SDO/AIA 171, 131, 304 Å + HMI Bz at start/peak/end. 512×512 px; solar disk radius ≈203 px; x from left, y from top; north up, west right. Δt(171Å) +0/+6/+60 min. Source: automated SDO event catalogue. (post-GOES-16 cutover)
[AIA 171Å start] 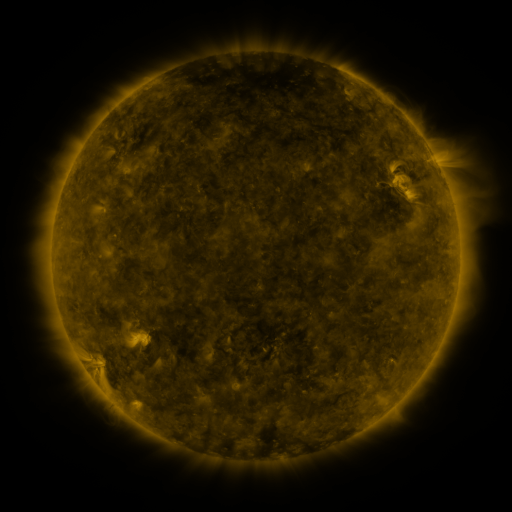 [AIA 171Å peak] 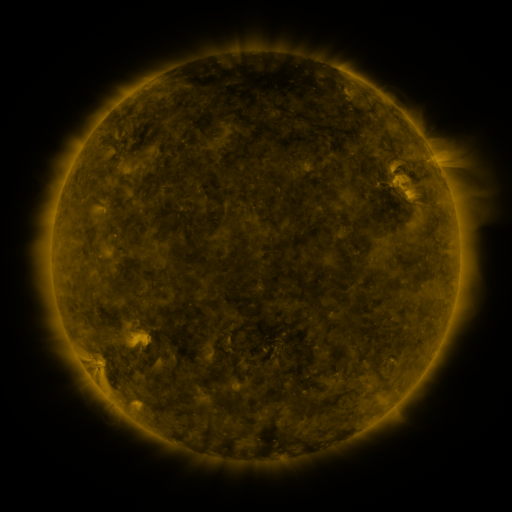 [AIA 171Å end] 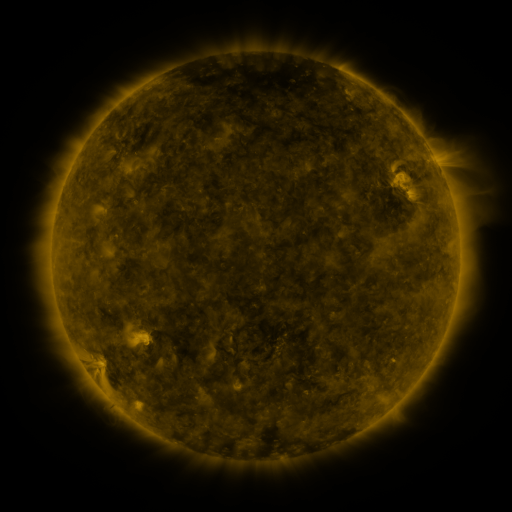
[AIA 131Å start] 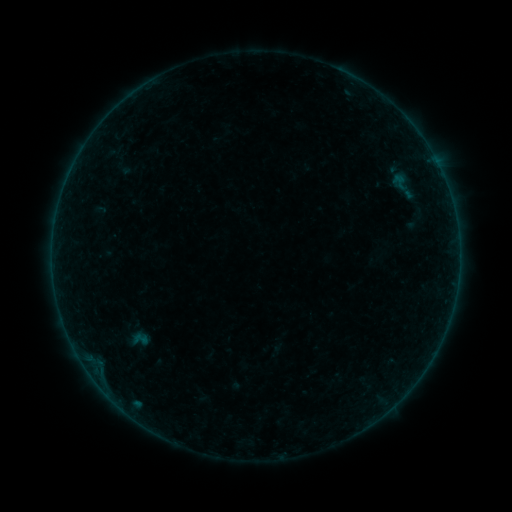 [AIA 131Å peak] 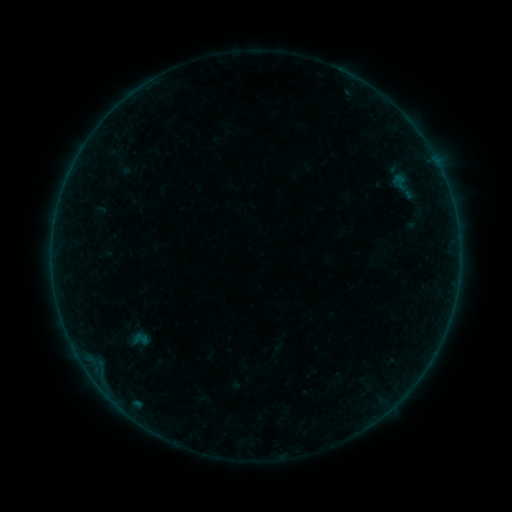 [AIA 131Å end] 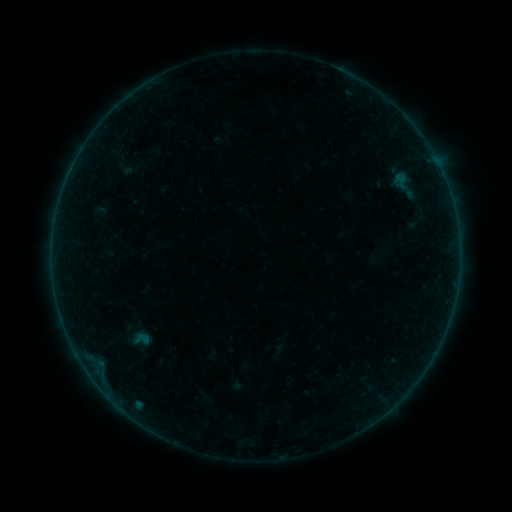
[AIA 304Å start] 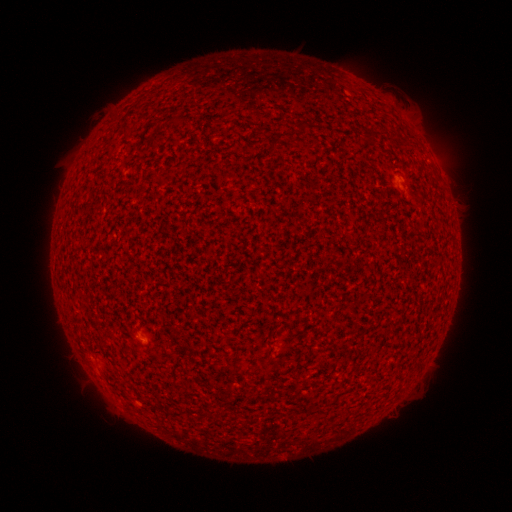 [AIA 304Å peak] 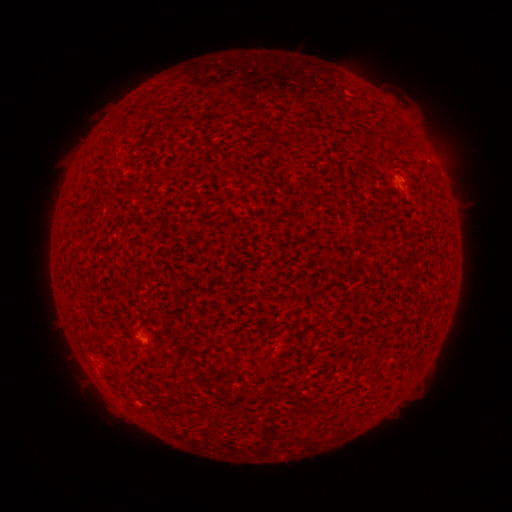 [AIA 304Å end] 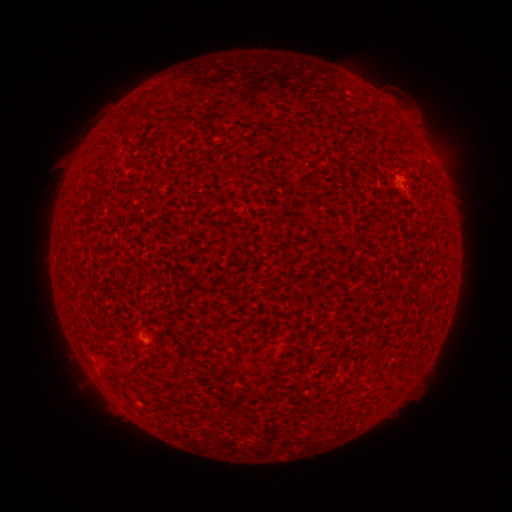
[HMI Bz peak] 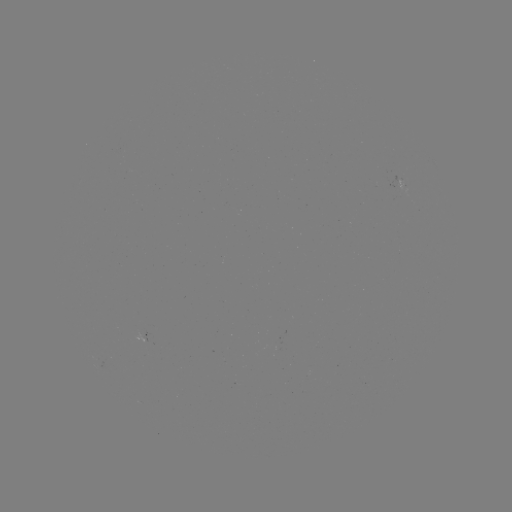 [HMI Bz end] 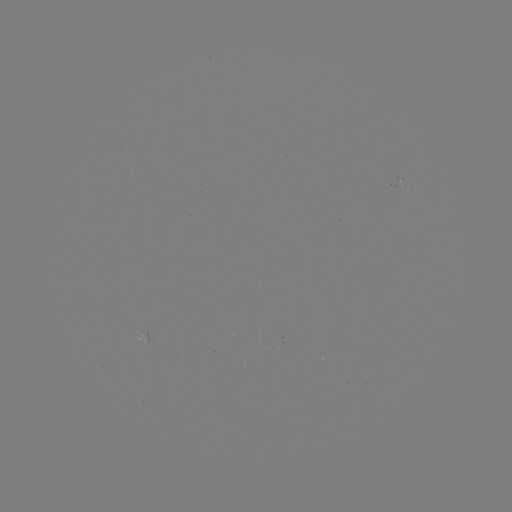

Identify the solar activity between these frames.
A2.6 flare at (402, 179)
